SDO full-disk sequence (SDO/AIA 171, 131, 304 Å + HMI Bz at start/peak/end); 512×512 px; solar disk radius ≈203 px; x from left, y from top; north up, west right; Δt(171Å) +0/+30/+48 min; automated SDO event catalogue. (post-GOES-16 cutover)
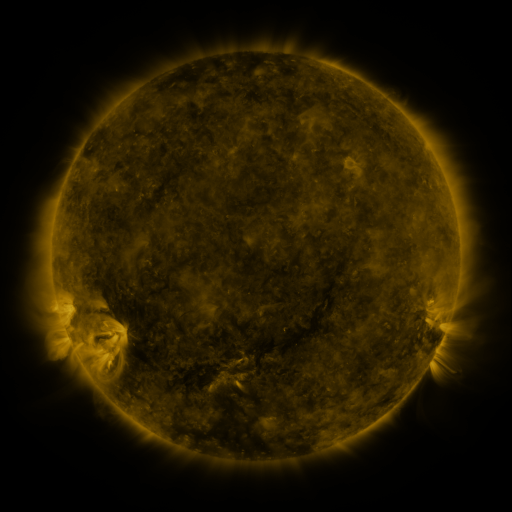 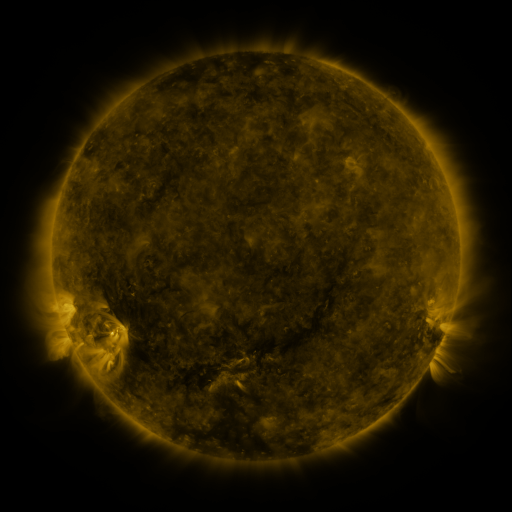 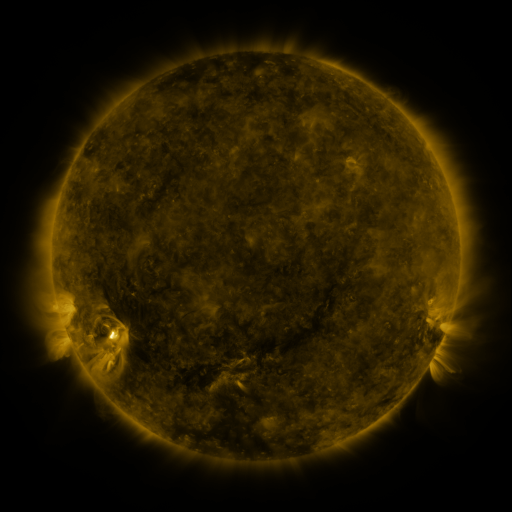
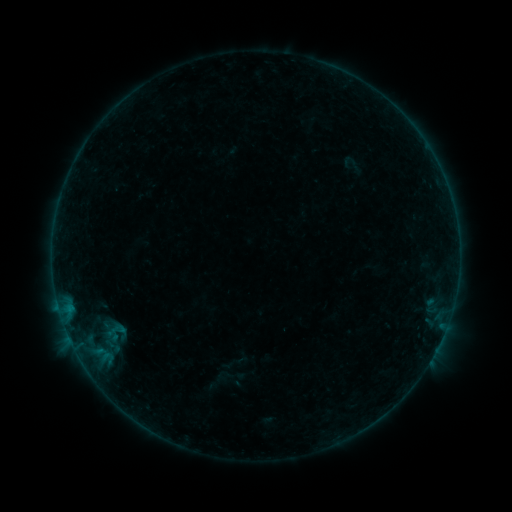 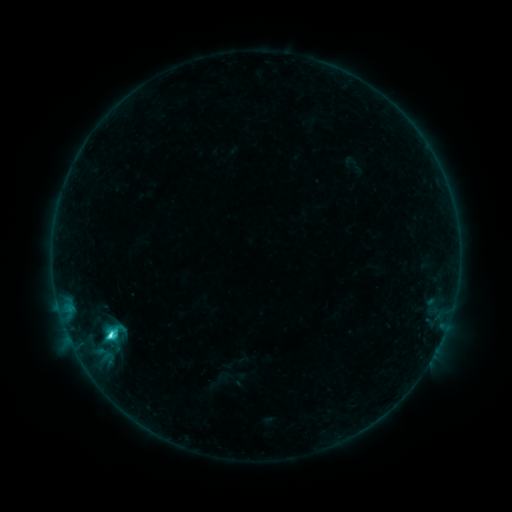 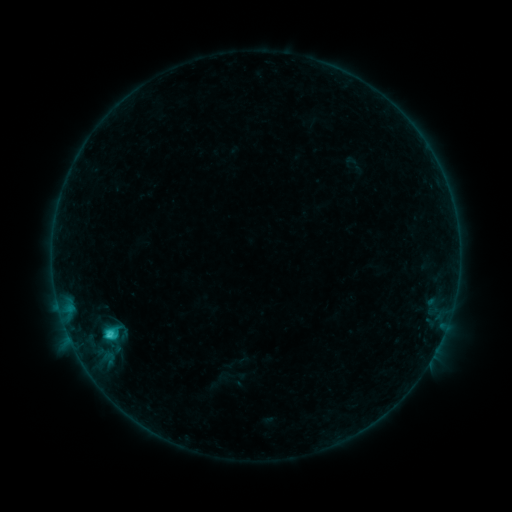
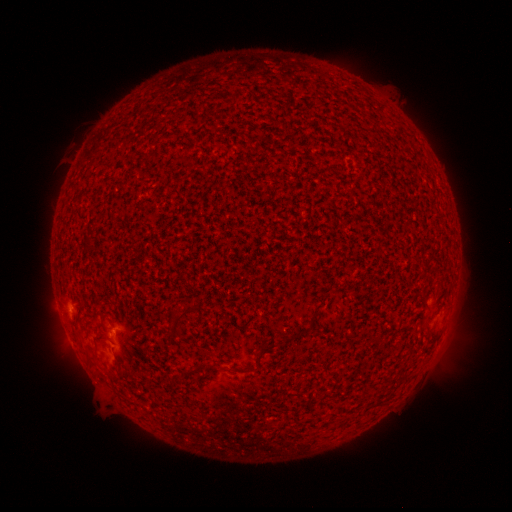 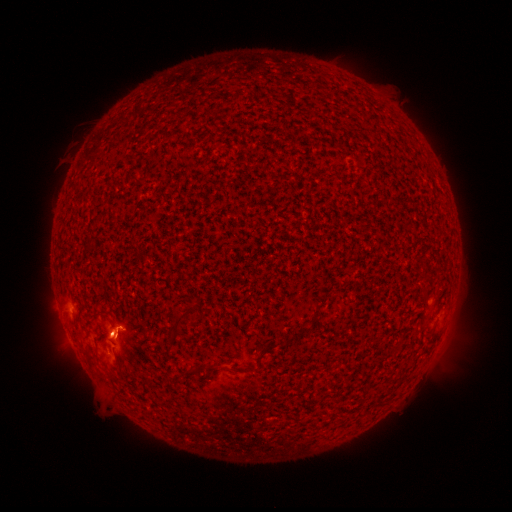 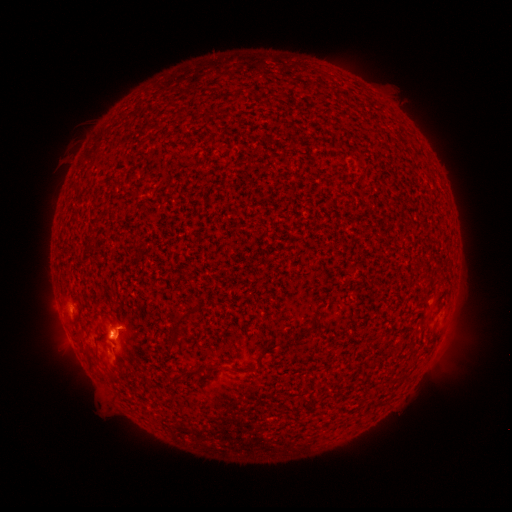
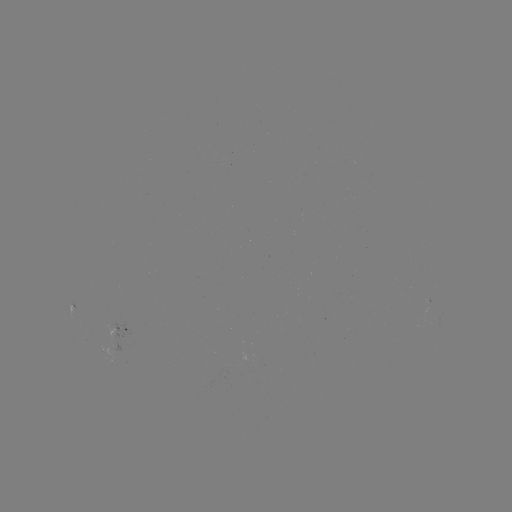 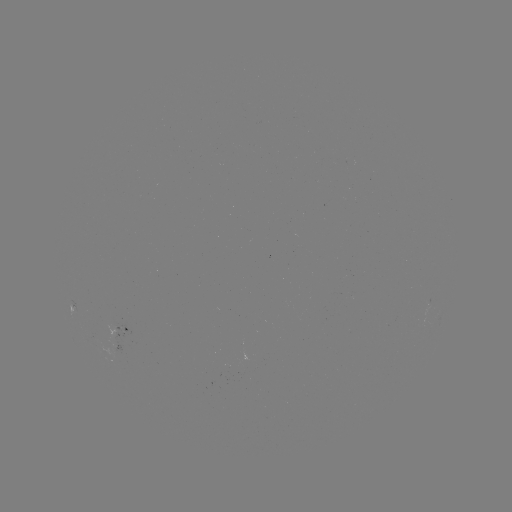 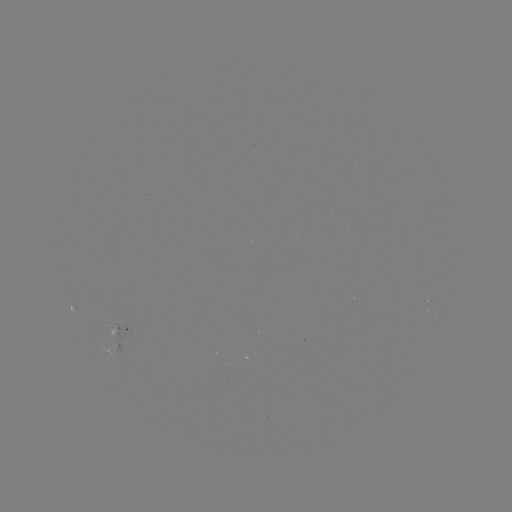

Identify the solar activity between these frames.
C4.0 flare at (112, 333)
